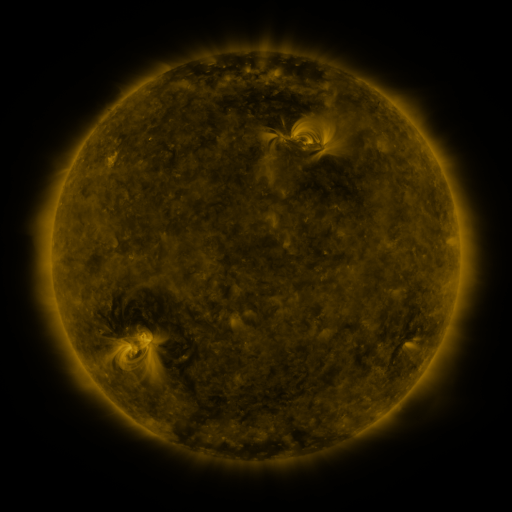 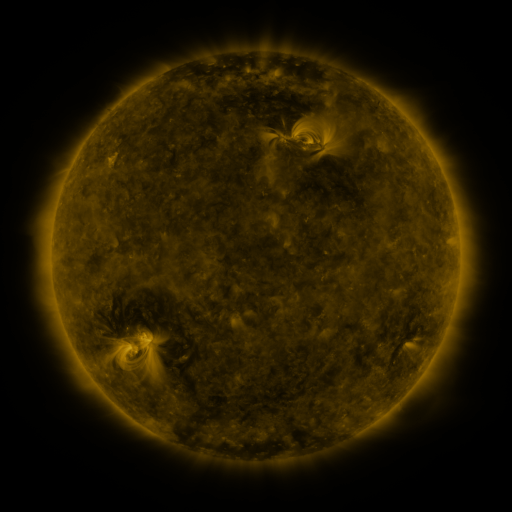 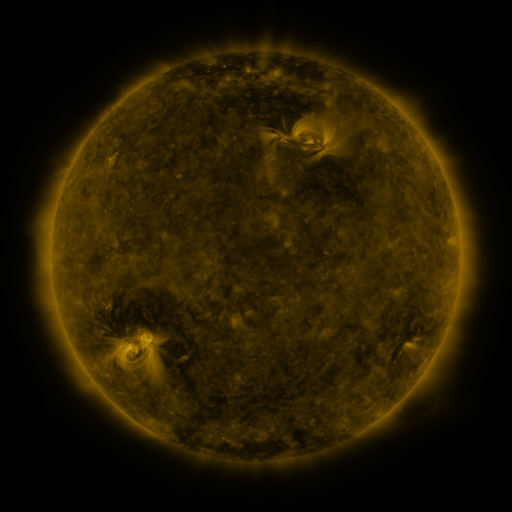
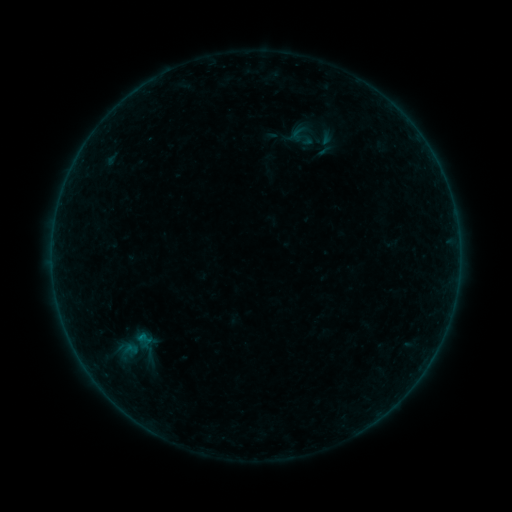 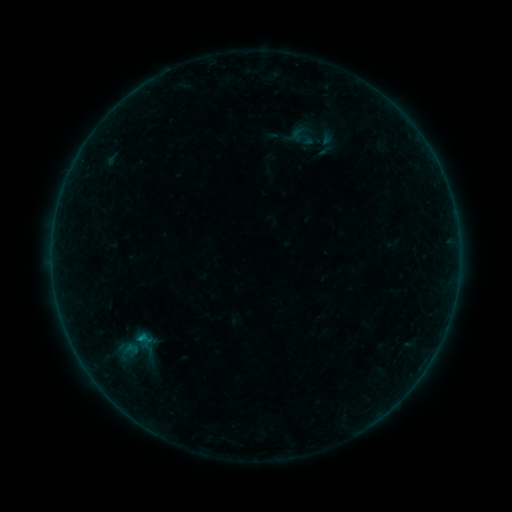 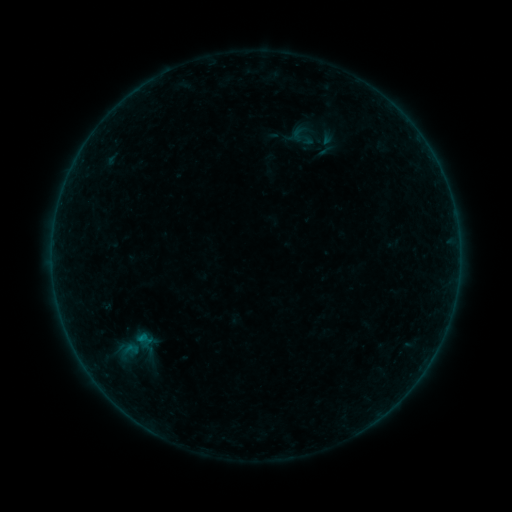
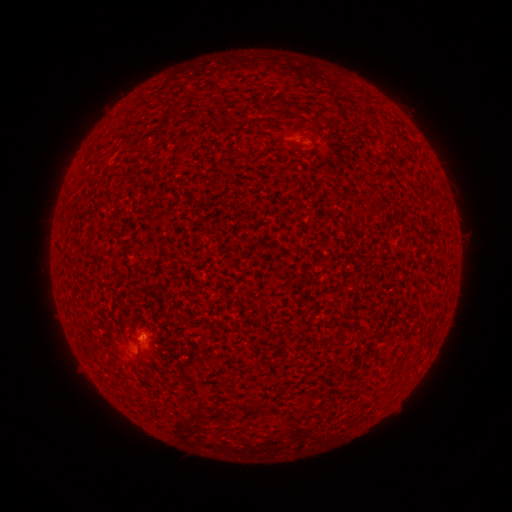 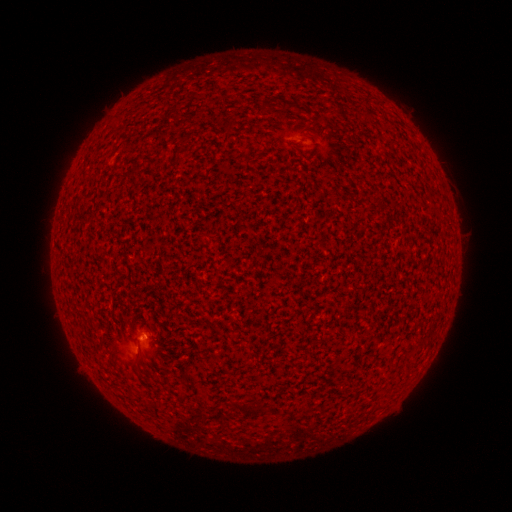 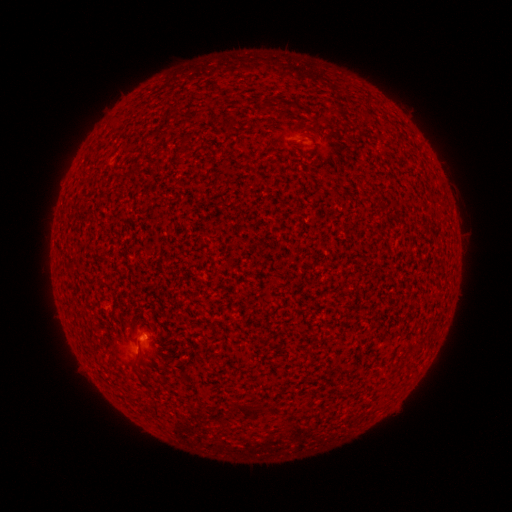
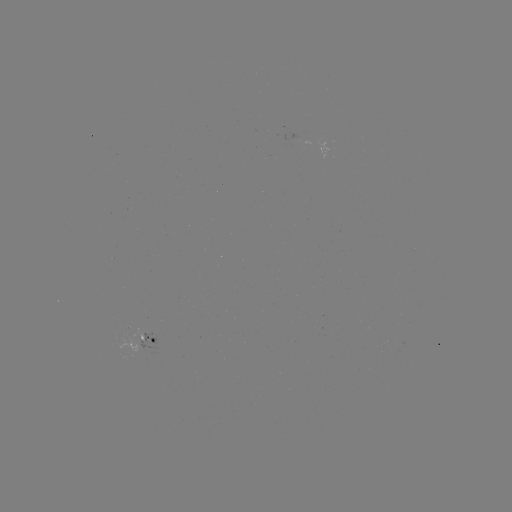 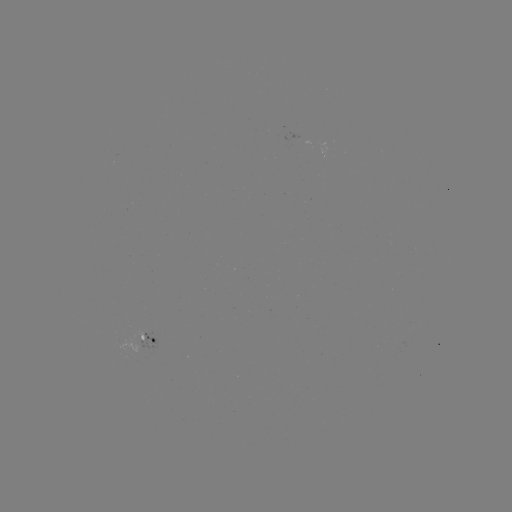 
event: flare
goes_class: B2.7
